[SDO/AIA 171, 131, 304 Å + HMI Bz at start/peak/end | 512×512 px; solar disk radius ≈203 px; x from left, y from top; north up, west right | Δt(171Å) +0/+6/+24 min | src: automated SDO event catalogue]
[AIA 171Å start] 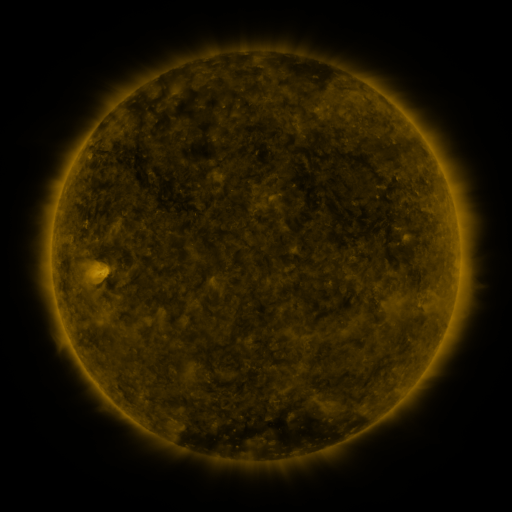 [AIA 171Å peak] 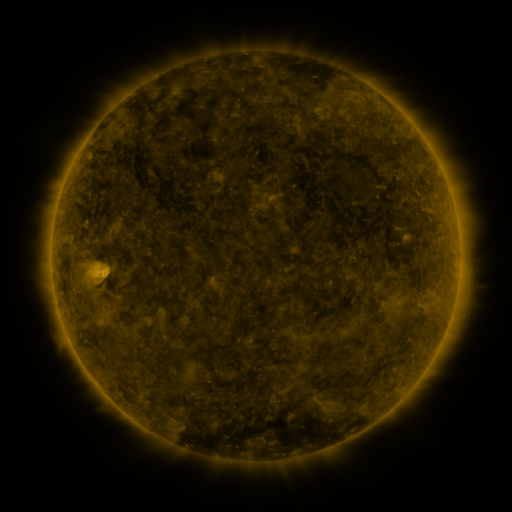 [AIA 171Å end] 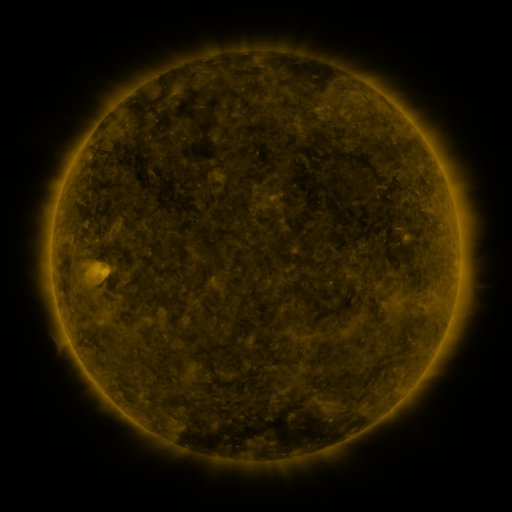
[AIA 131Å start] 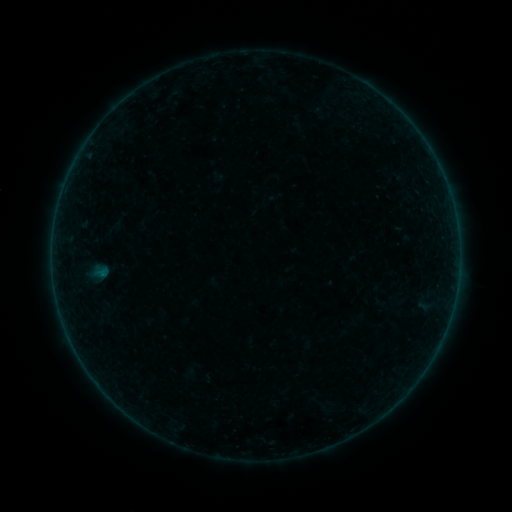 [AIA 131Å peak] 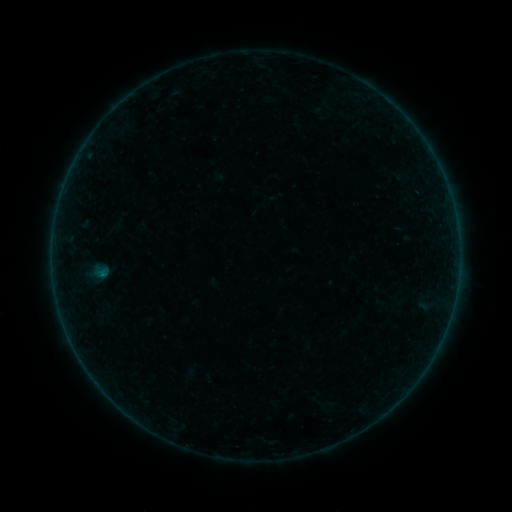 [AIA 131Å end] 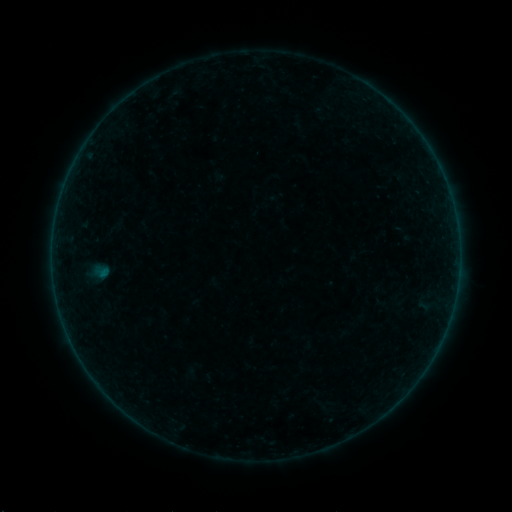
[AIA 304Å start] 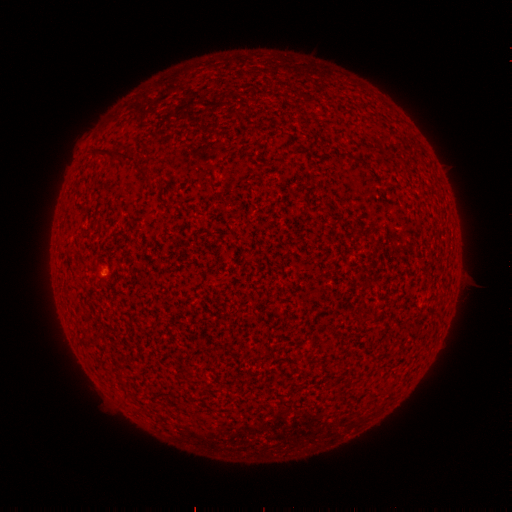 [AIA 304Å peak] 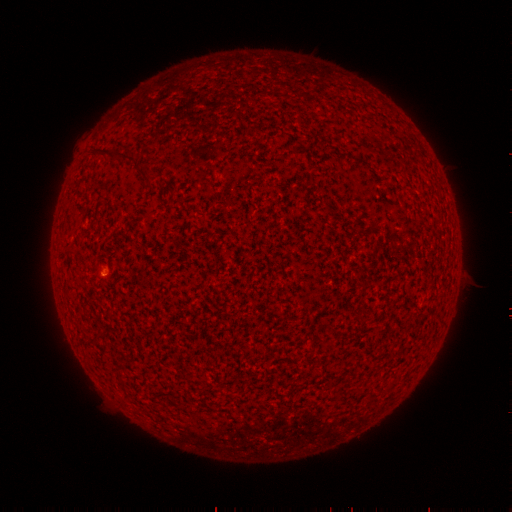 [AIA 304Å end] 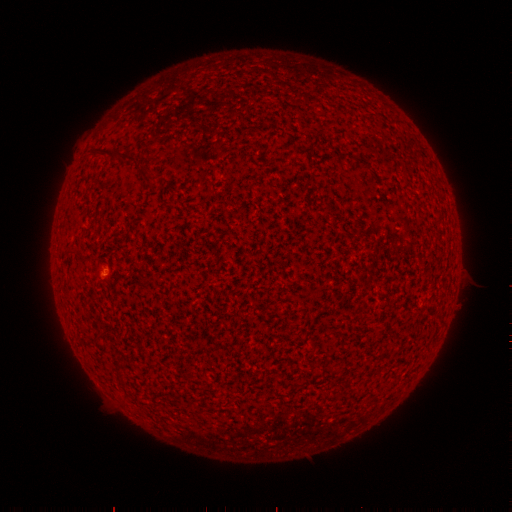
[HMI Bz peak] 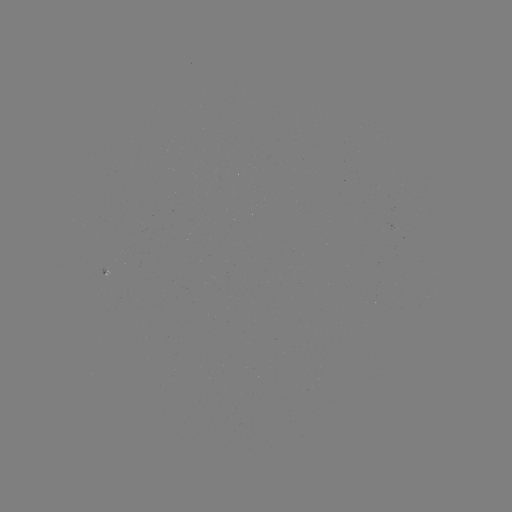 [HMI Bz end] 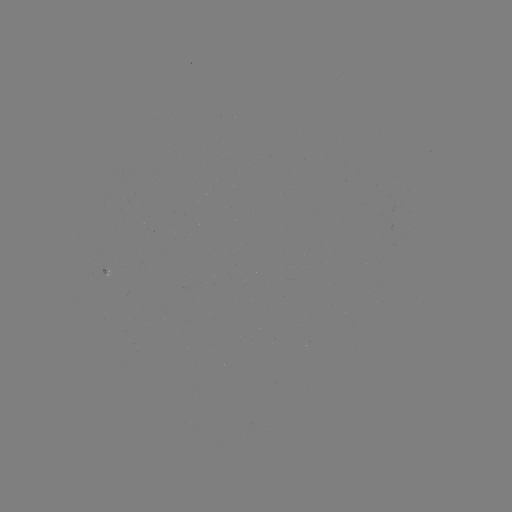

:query A8.4 flare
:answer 104,274